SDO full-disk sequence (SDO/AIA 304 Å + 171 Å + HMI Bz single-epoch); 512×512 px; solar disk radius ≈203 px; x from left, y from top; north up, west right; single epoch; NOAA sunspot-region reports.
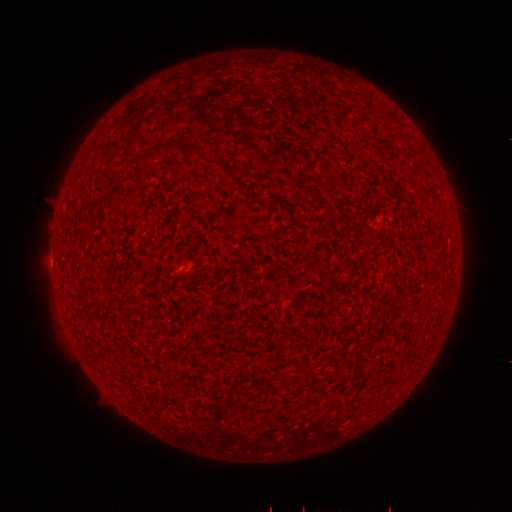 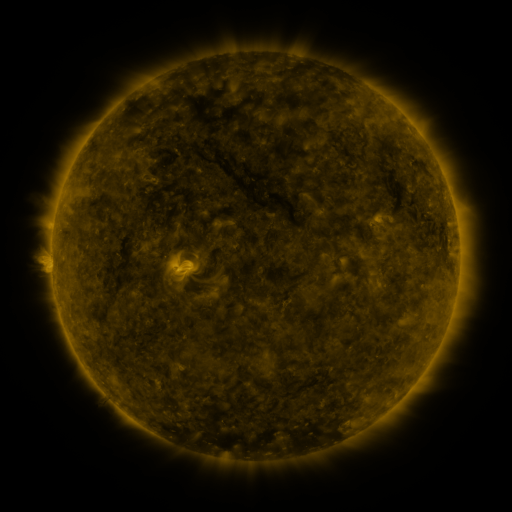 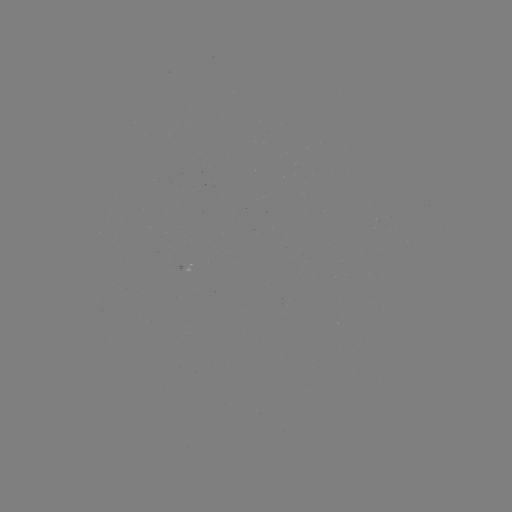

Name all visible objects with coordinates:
(none)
